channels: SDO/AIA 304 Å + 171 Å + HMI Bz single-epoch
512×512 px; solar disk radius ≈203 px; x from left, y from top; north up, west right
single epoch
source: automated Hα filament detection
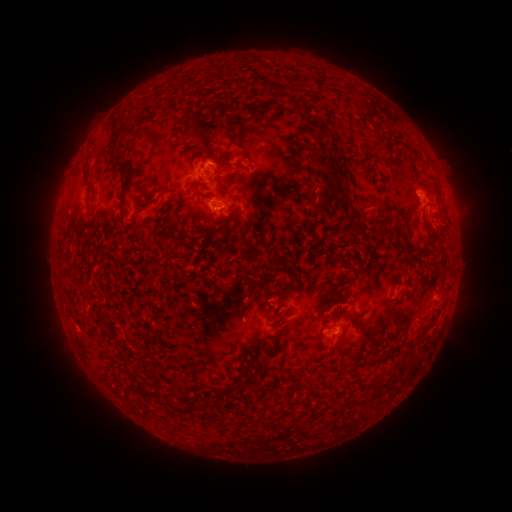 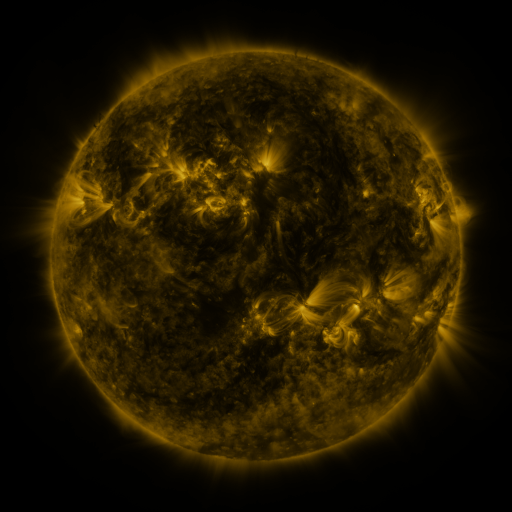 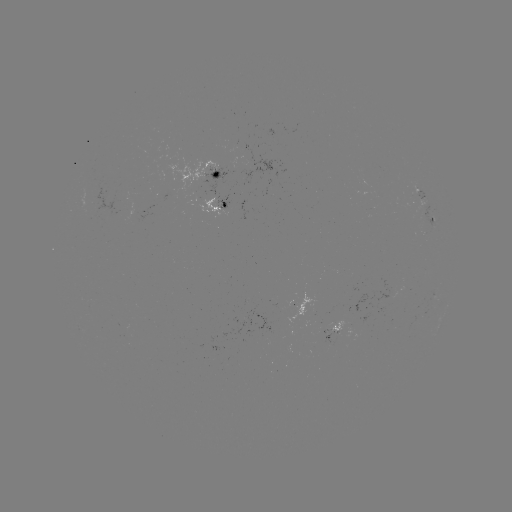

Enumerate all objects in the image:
filament: (280, 88)
filament: (208, 125)
filament: (112, 139)
filament: (206, 150)
filament: (243, 156)
filament: (116, 164)
filament: (332, 176)
filament: (168, 190)
filament: (209, 196)
filament: (346, 197)
filament: (121, 202)
filament: (353, 223)
filament: (441, 278)
filament: (319, 298)
filament: (348, 315)
filament: (362, 344)
filament: (242, 383)
filament: (129, 398)
filament: (159, 399)
filament: (179, 408)
